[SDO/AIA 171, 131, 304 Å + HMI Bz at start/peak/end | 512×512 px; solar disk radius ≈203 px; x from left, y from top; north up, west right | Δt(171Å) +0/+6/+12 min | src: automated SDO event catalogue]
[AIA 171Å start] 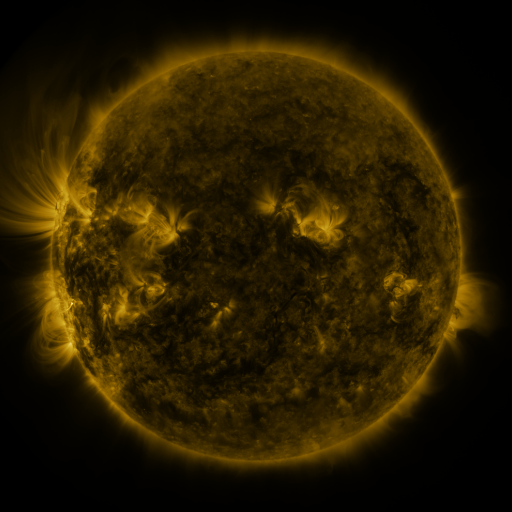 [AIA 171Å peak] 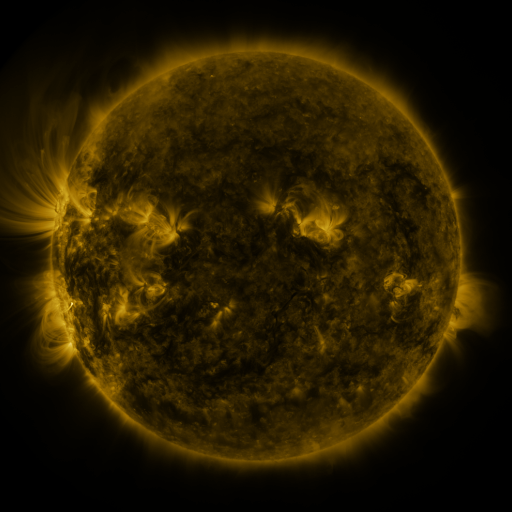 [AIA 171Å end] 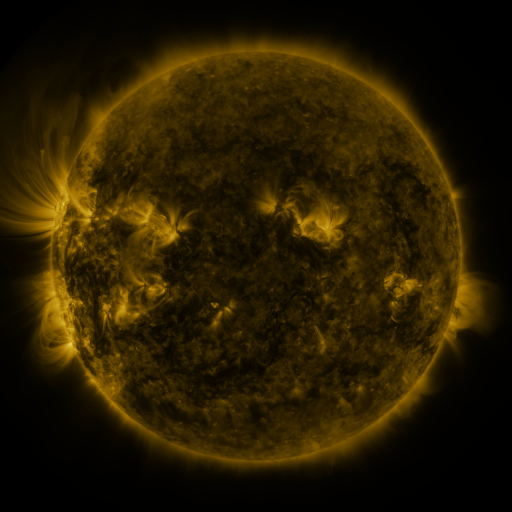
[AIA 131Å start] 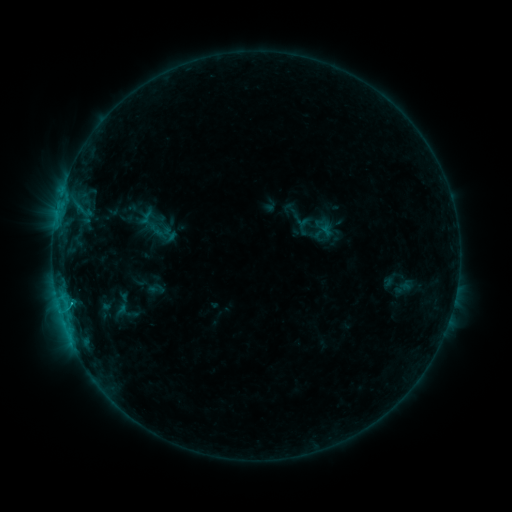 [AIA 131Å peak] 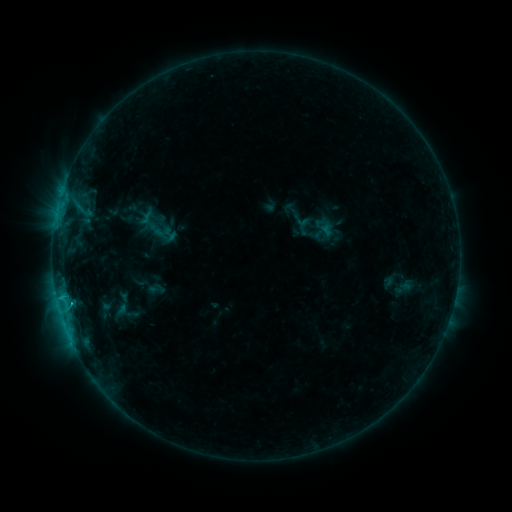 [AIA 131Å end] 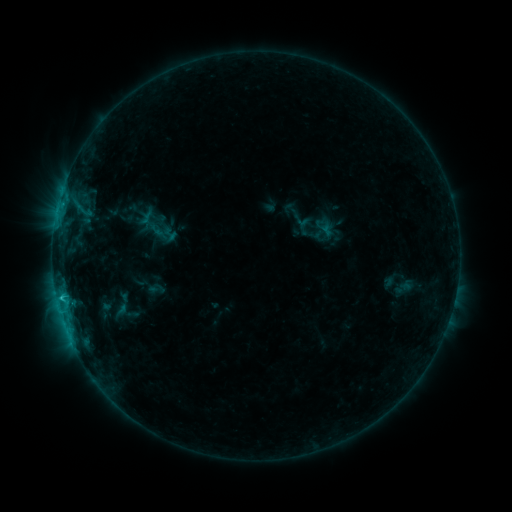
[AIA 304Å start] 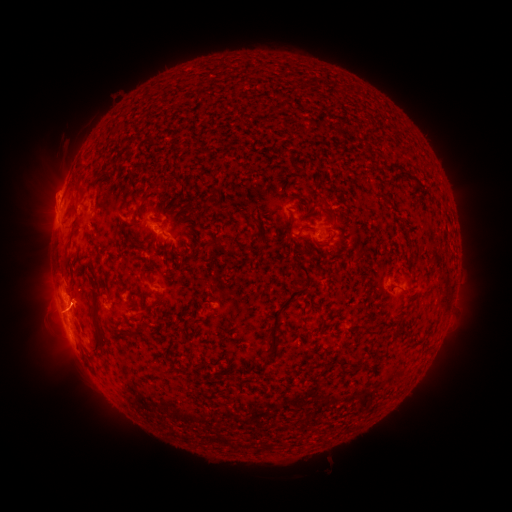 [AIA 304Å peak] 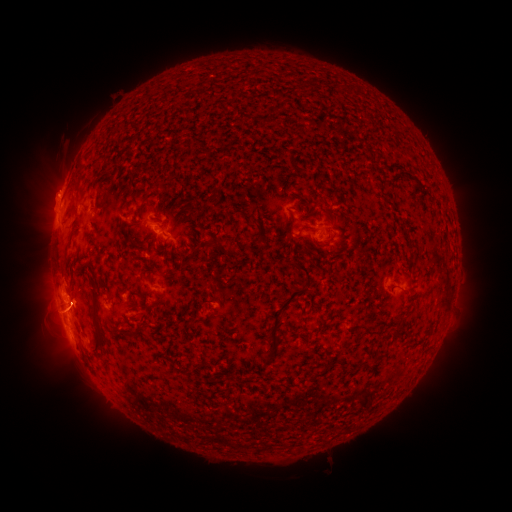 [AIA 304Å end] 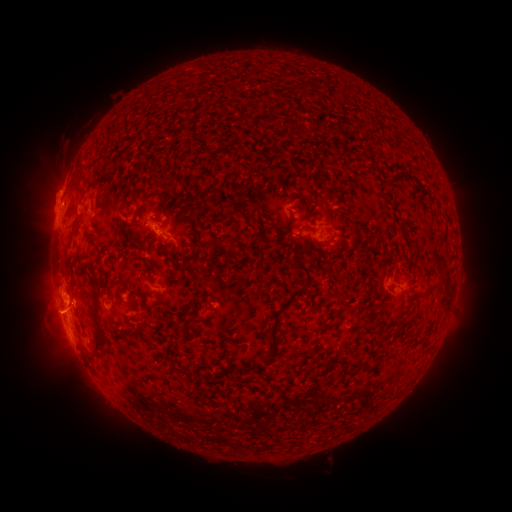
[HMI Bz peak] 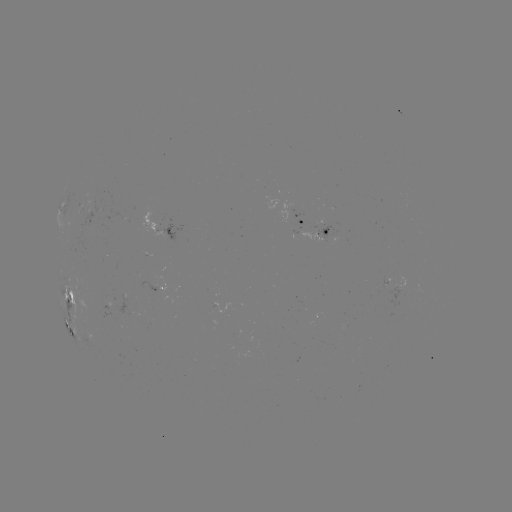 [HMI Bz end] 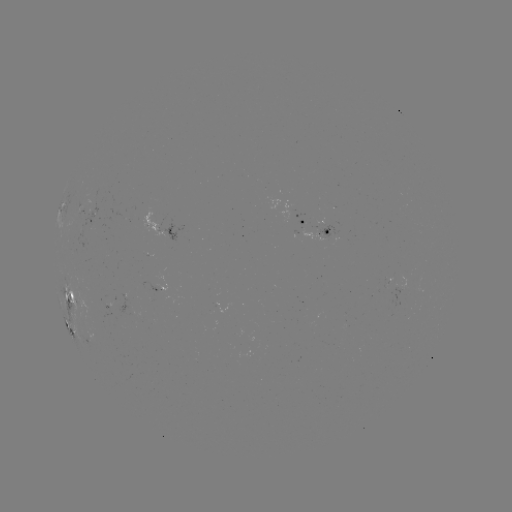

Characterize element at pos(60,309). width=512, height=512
C1.2 flare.